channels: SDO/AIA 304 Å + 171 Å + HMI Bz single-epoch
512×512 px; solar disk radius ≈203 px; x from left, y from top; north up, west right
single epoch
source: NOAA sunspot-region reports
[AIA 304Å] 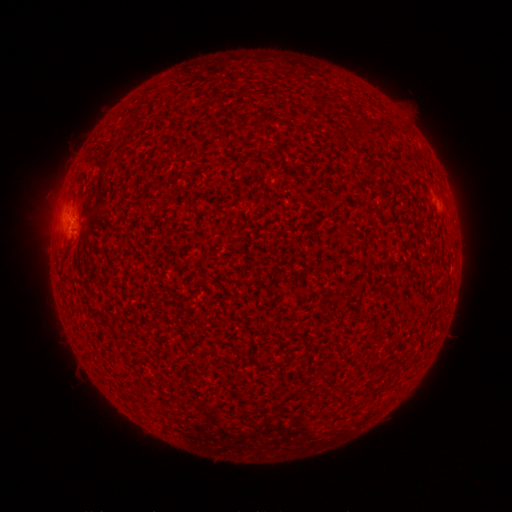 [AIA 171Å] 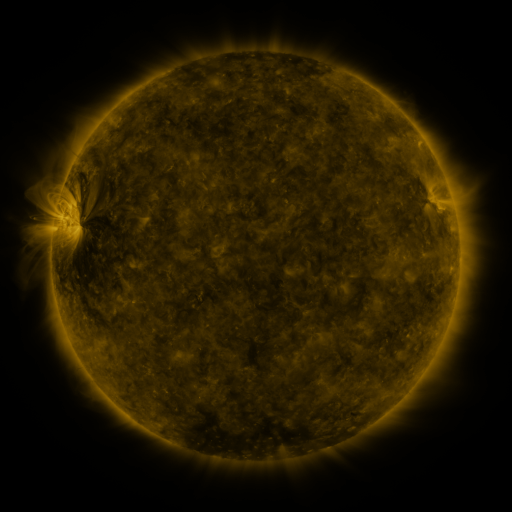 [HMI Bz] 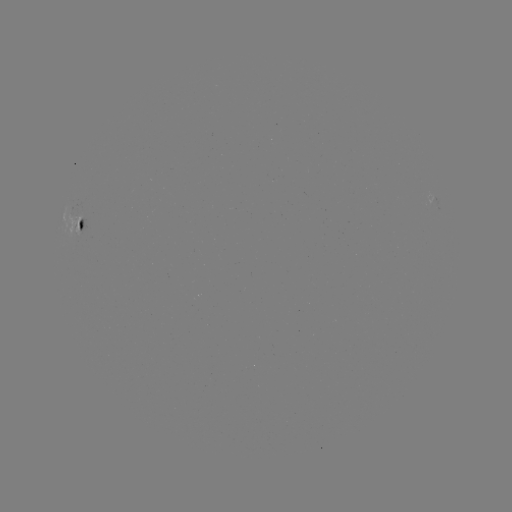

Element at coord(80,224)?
spotted active region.